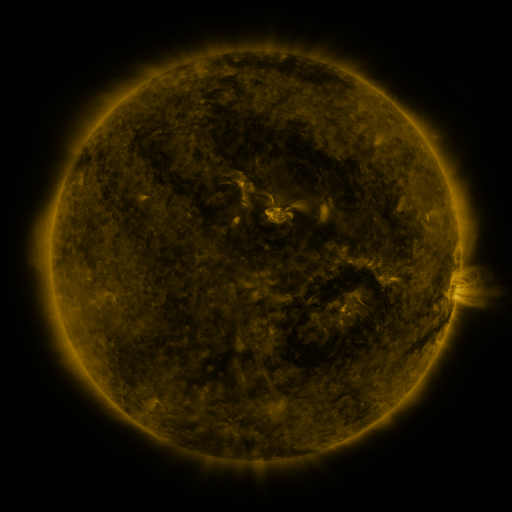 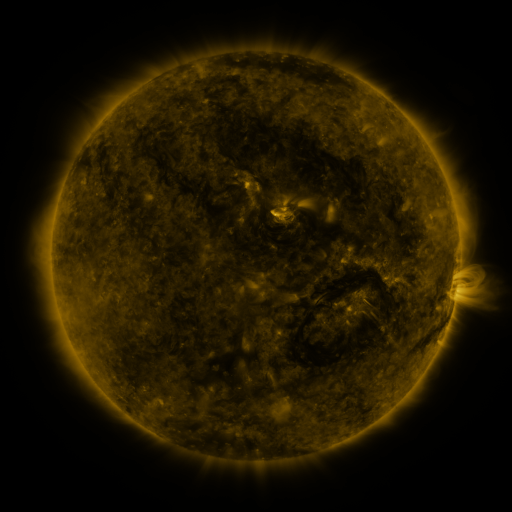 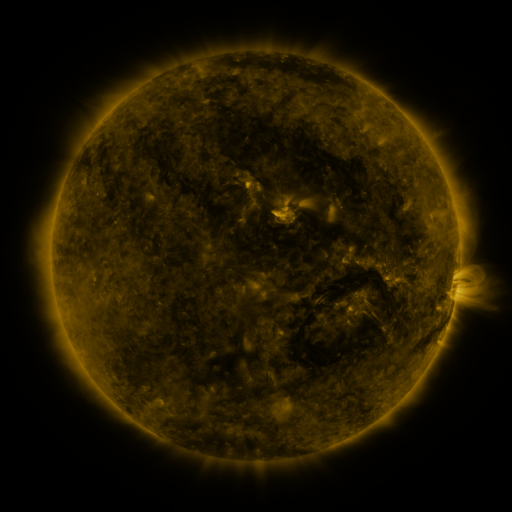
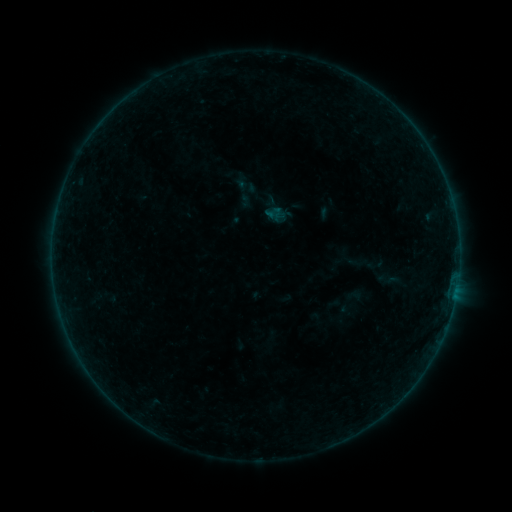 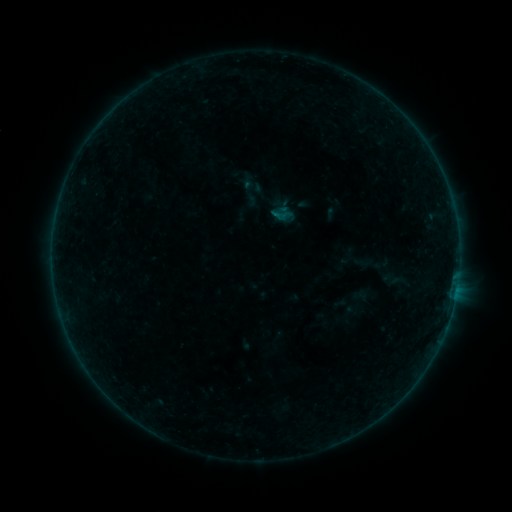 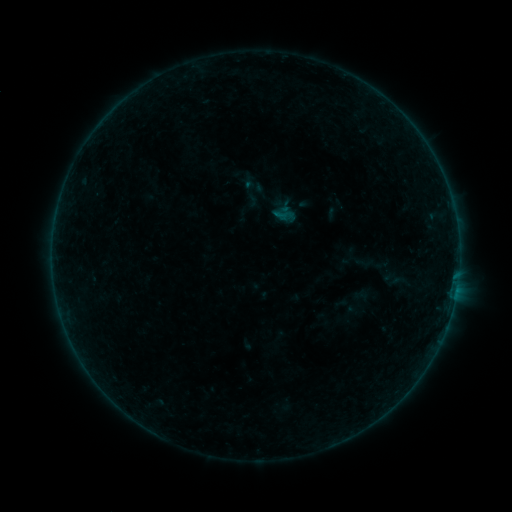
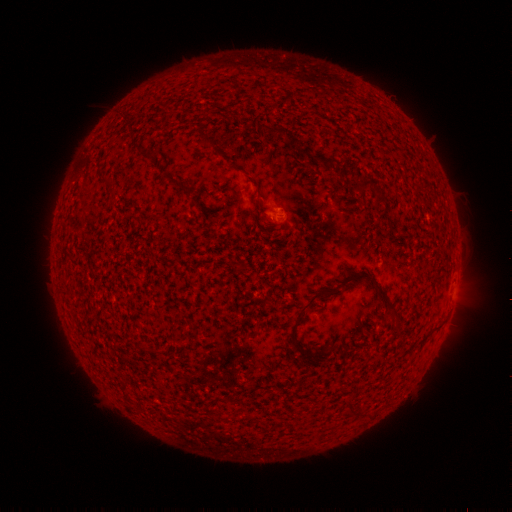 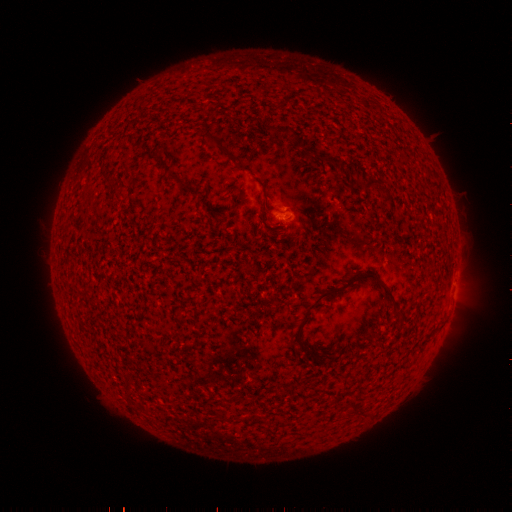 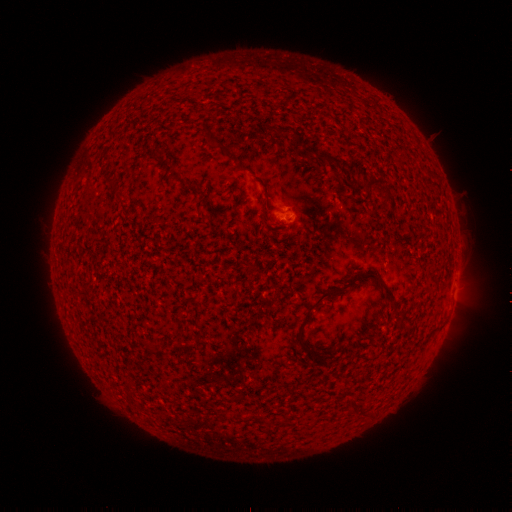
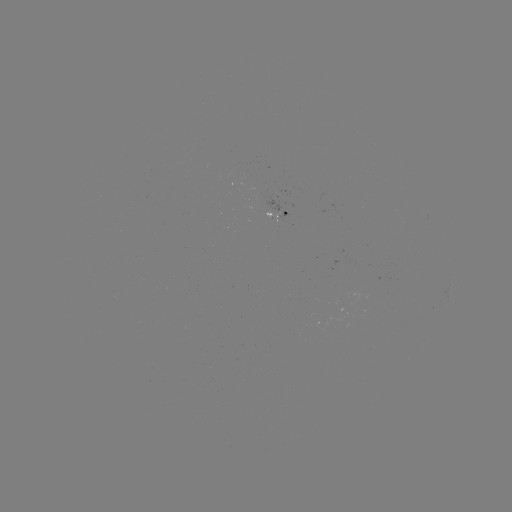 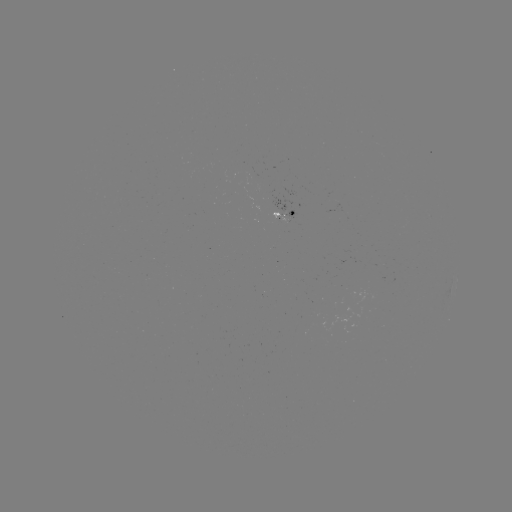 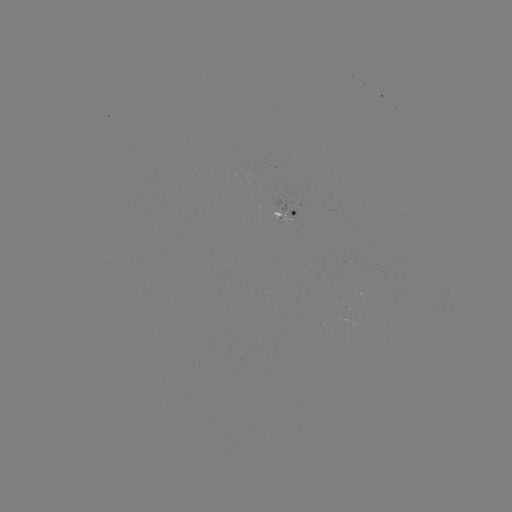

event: emerging-flux region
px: (286, 219)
